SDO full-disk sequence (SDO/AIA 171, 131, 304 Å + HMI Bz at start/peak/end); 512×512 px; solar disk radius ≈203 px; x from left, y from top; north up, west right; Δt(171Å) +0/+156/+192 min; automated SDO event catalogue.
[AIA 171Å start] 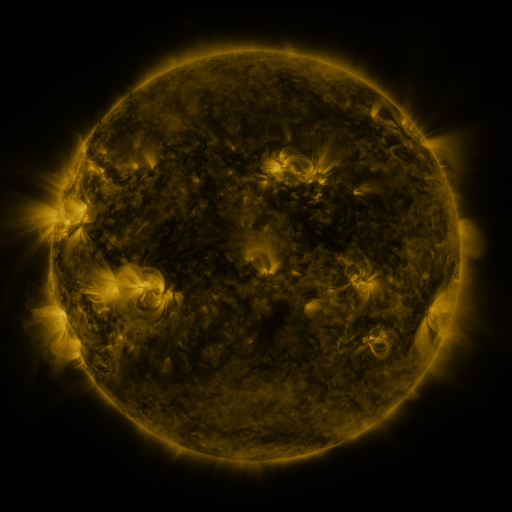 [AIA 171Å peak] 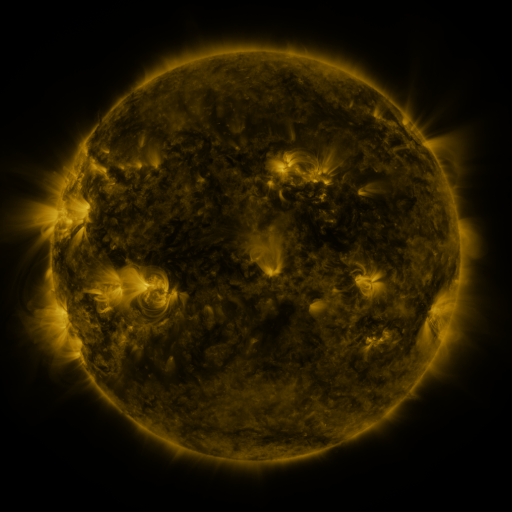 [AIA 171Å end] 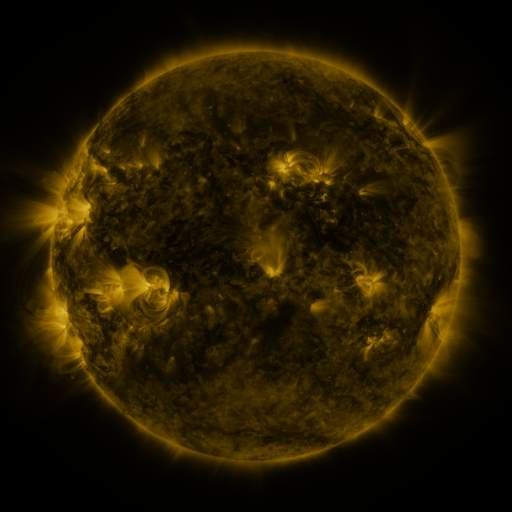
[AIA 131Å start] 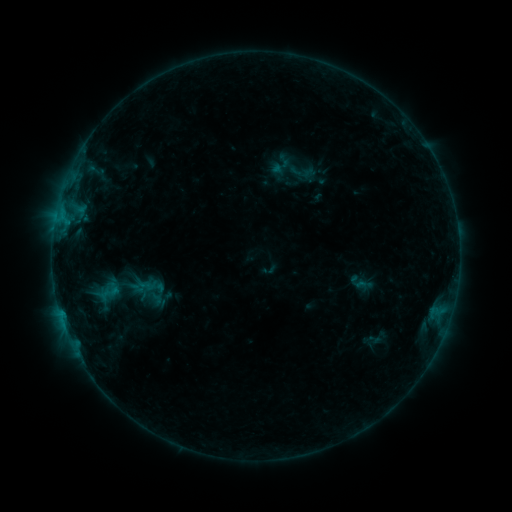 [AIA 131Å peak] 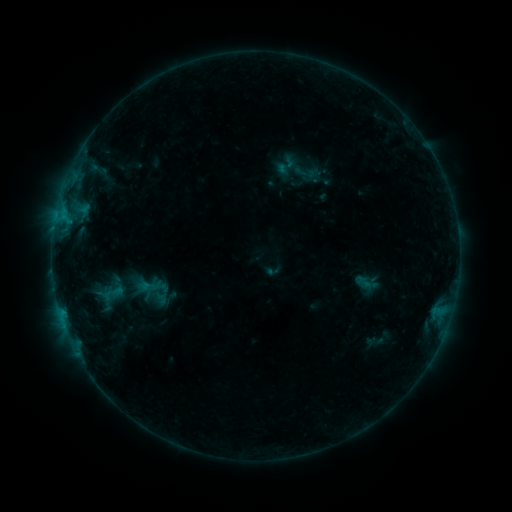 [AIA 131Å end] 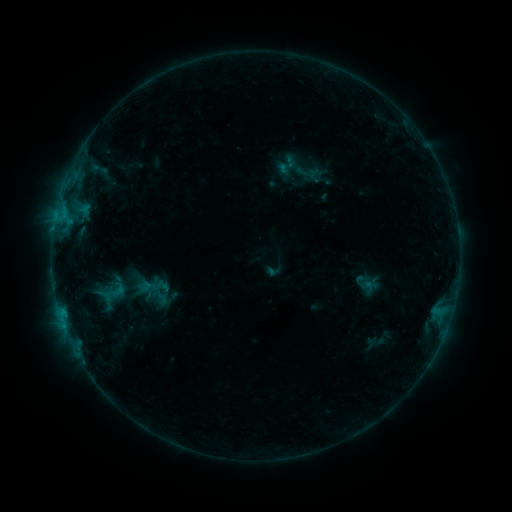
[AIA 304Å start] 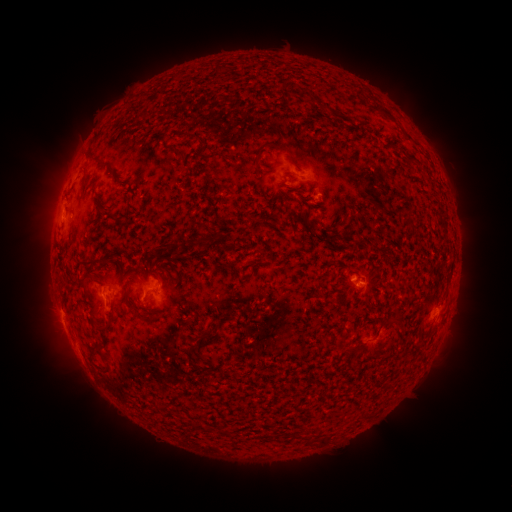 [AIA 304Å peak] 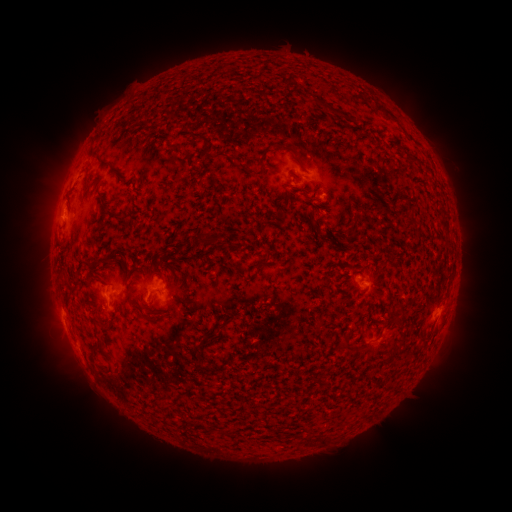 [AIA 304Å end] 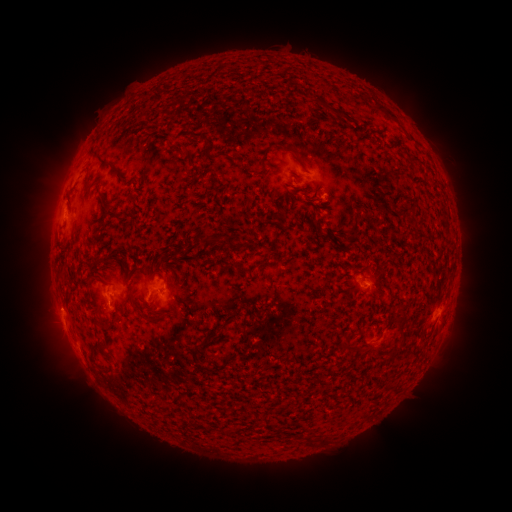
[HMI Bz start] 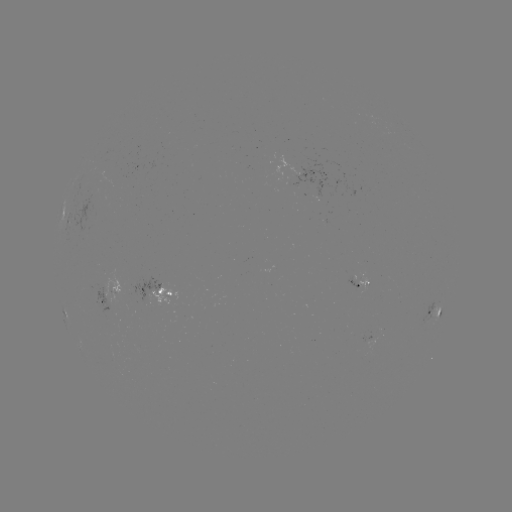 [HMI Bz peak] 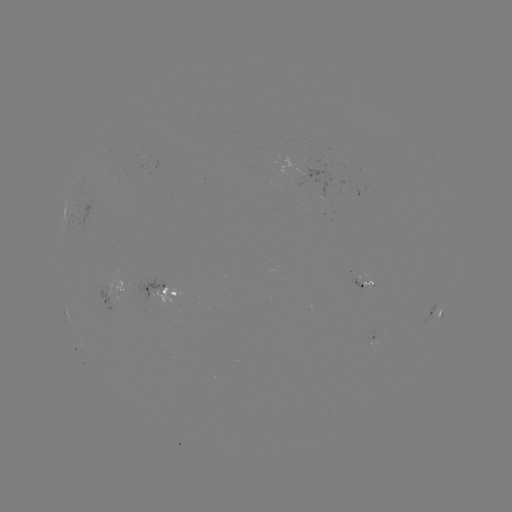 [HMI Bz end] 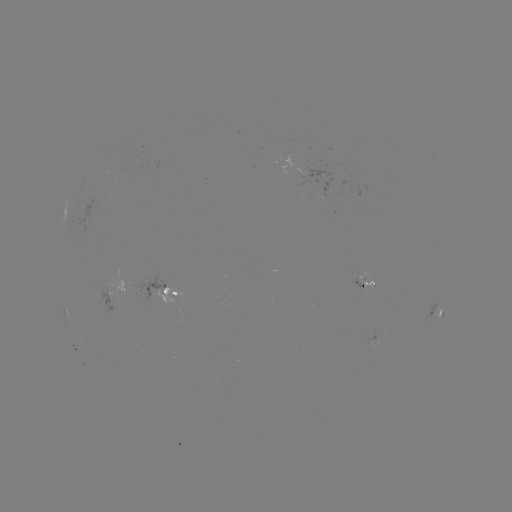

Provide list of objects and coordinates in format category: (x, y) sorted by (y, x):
emerging-flux region: (370, 284)
